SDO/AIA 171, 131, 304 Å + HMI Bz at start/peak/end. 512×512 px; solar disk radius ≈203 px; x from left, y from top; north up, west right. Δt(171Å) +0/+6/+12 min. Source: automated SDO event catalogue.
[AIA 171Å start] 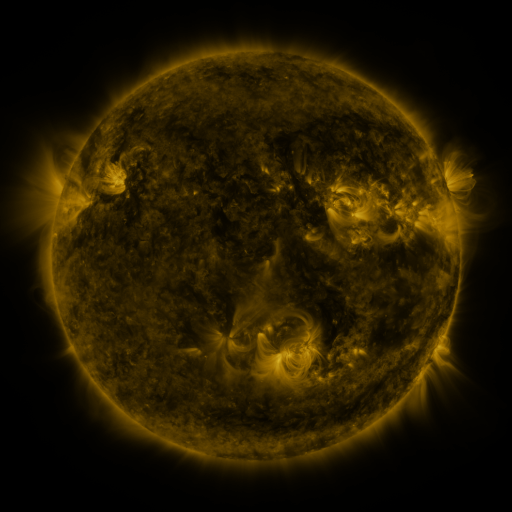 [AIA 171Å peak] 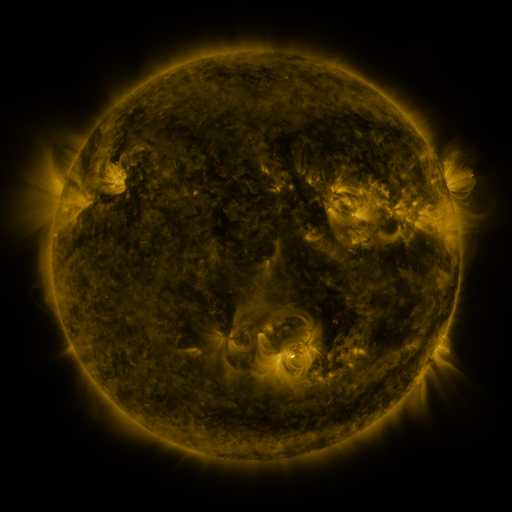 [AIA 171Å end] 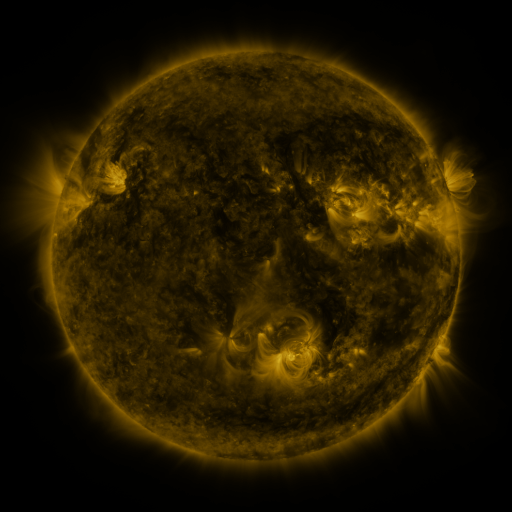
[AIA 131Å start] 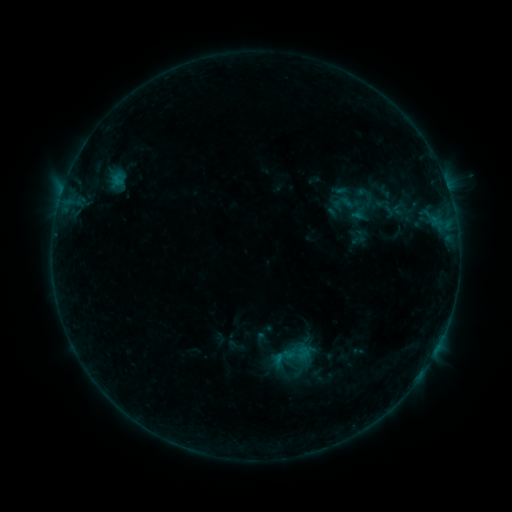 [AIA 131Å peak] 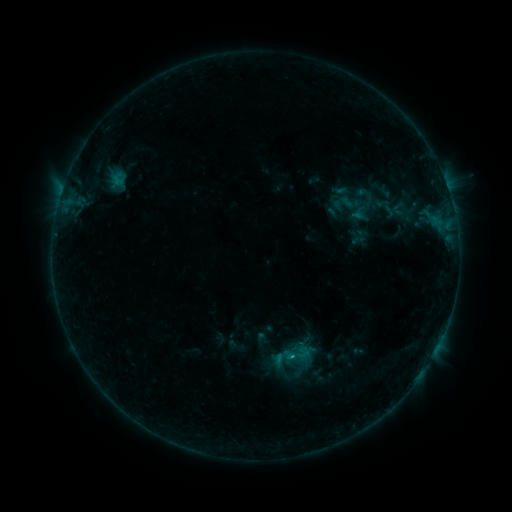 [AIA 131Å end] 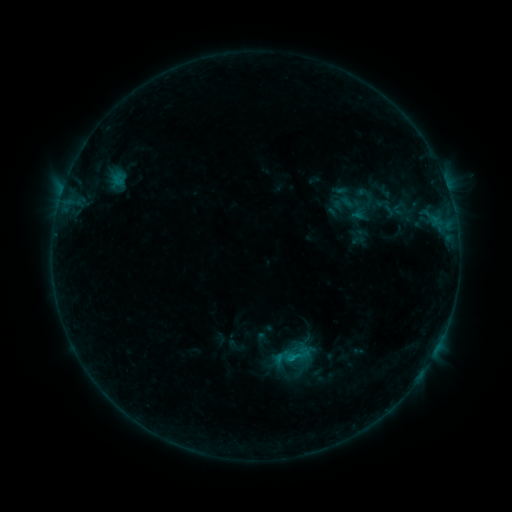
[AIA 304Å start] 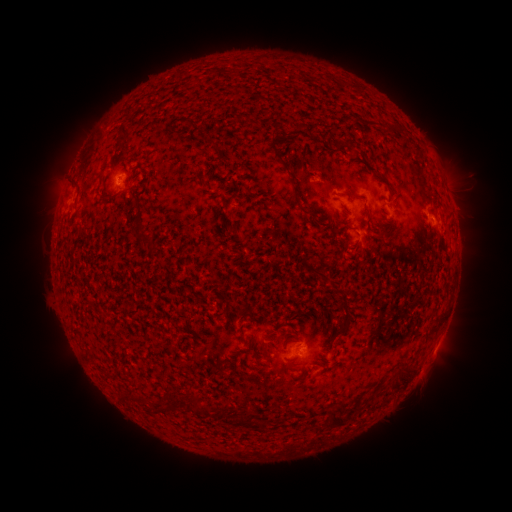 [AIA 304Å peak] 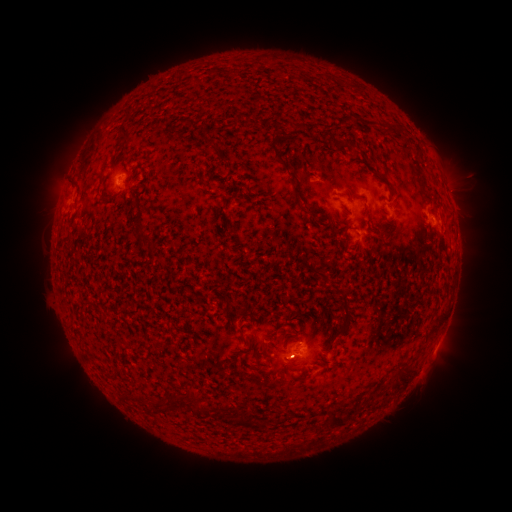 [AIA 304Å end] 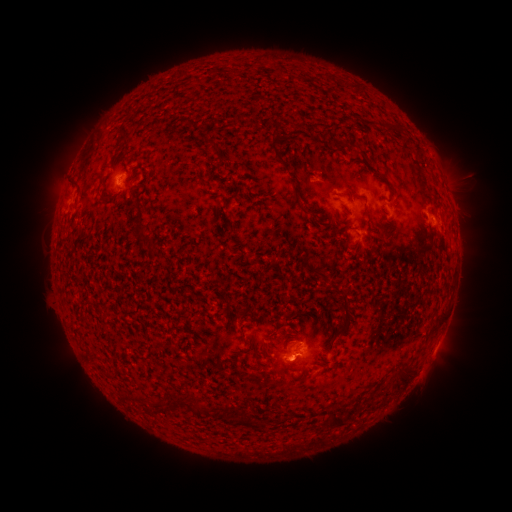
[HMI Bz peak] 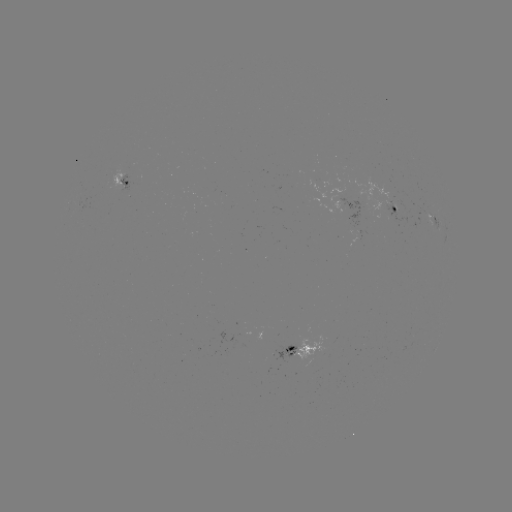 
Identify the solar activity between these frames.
B4.0 flare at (117, 183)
